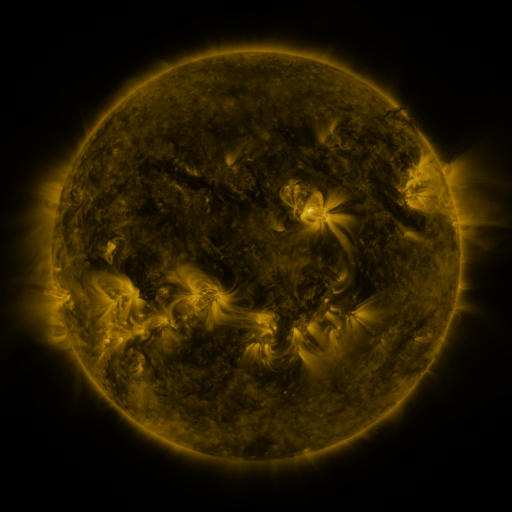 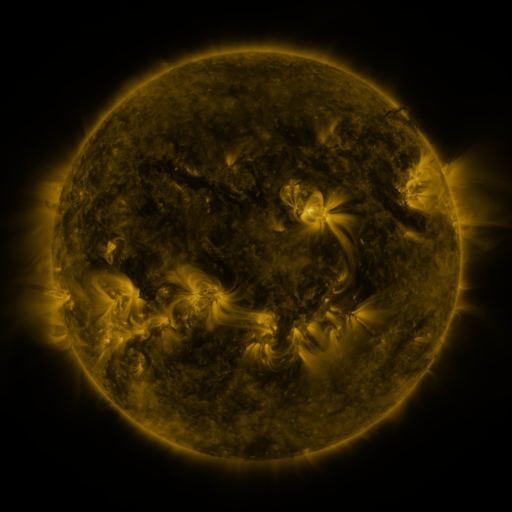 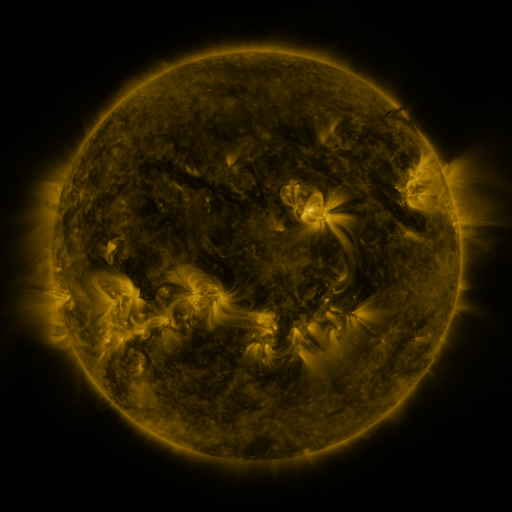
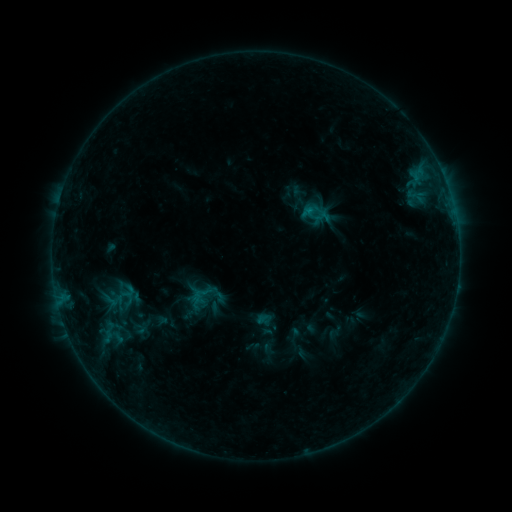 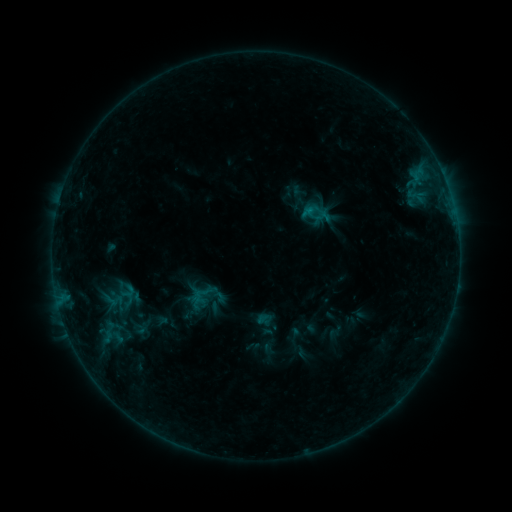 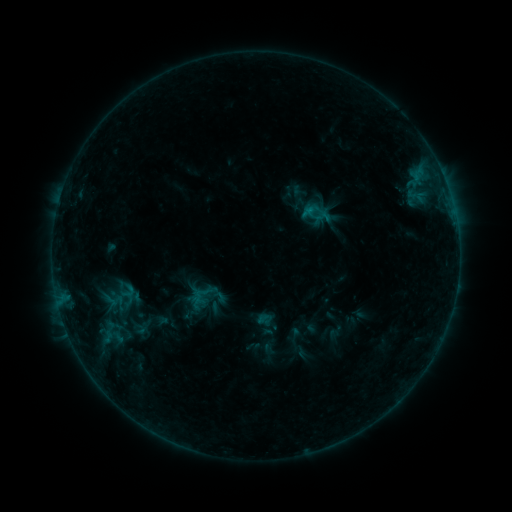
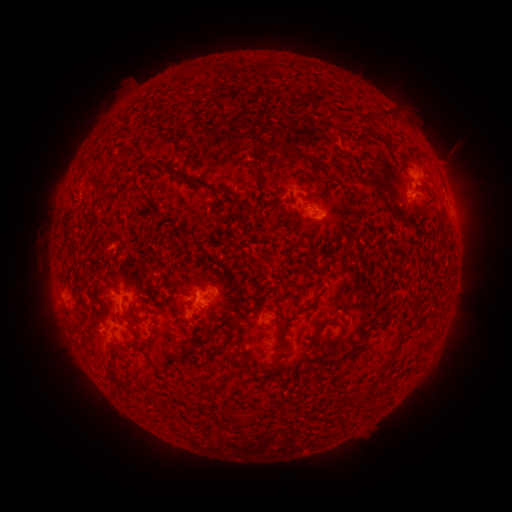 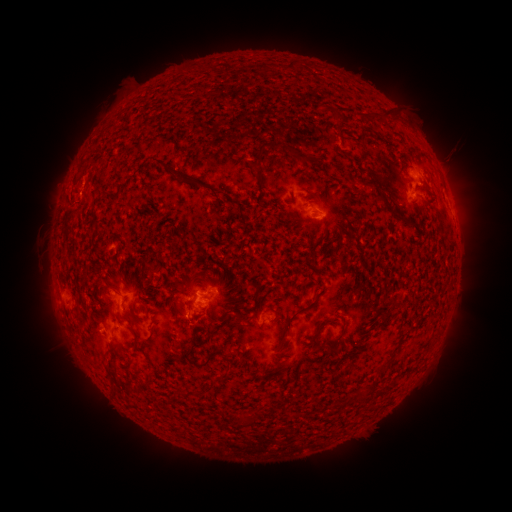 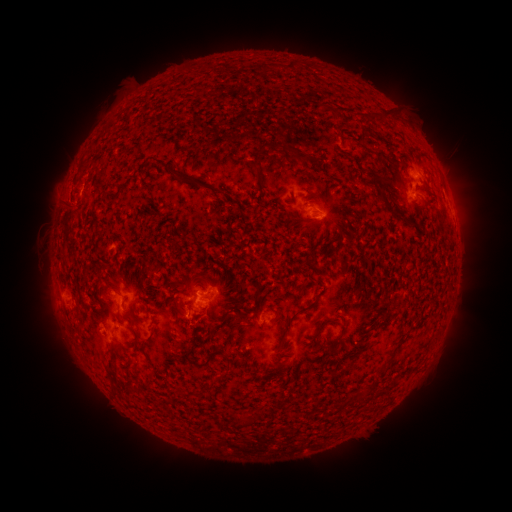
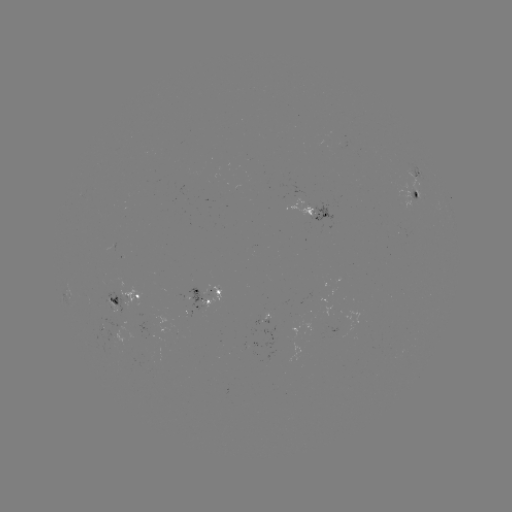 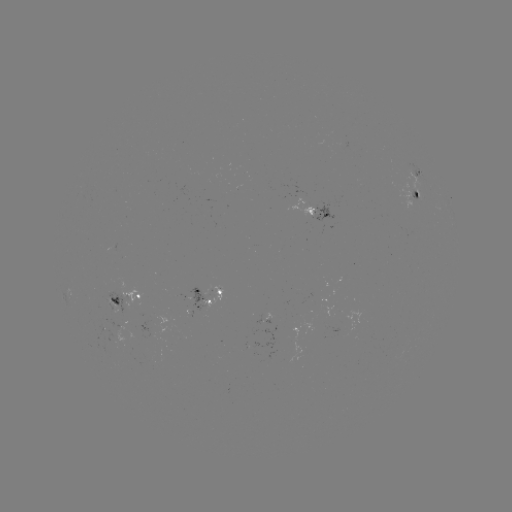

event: eruption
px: (59, 200)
